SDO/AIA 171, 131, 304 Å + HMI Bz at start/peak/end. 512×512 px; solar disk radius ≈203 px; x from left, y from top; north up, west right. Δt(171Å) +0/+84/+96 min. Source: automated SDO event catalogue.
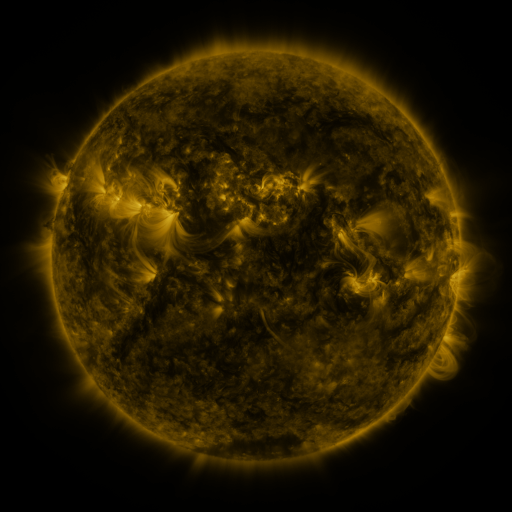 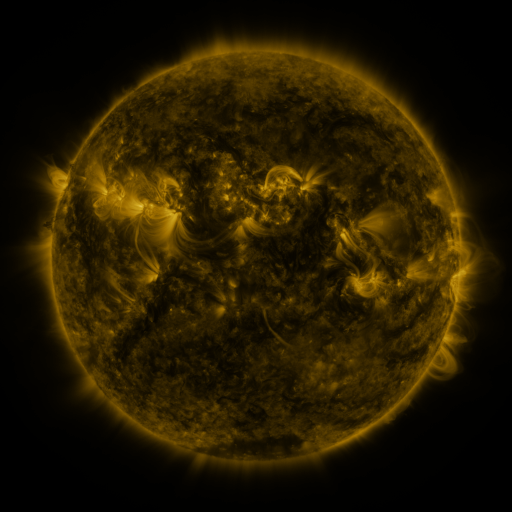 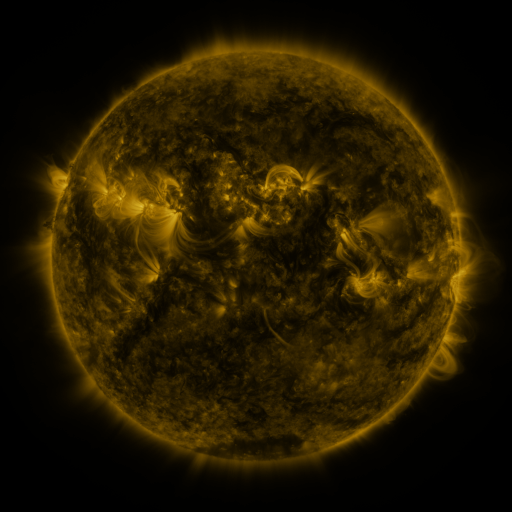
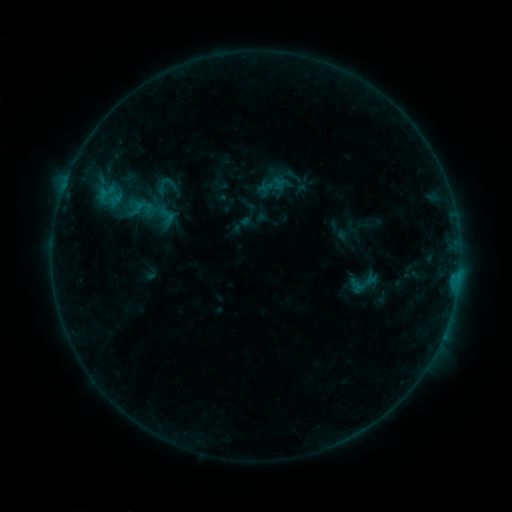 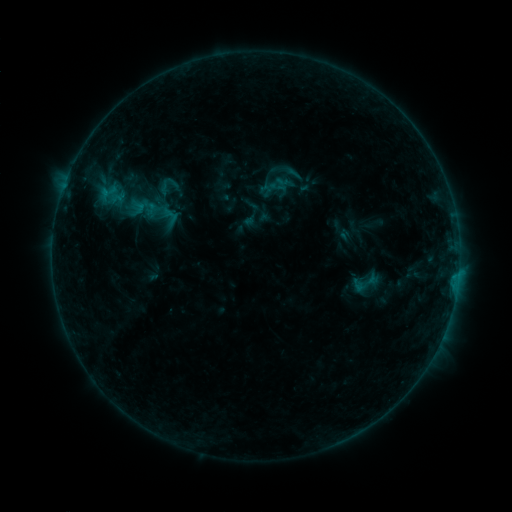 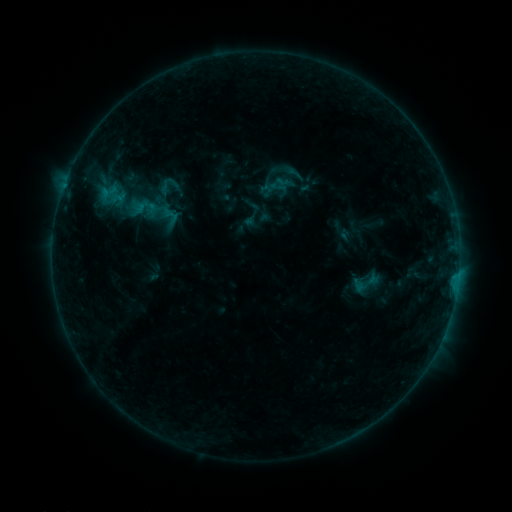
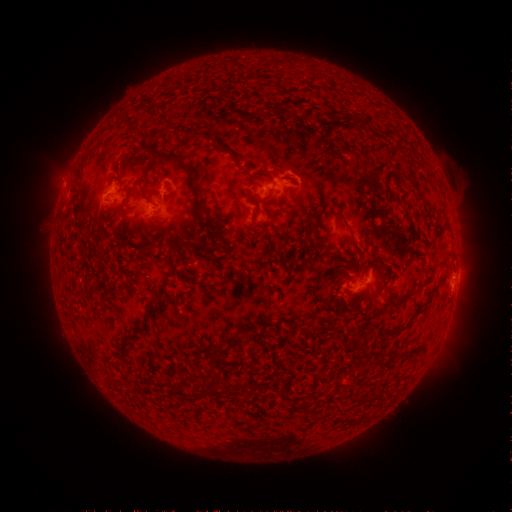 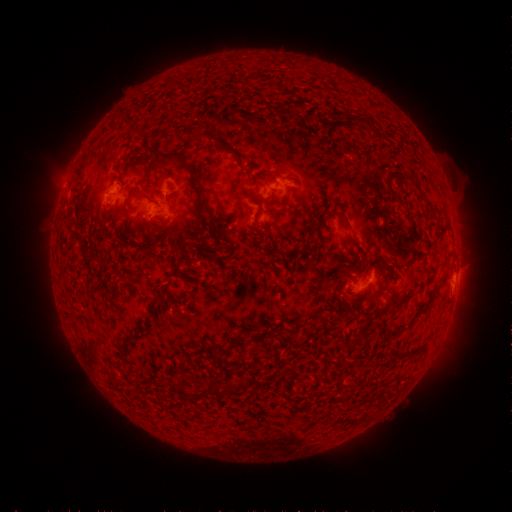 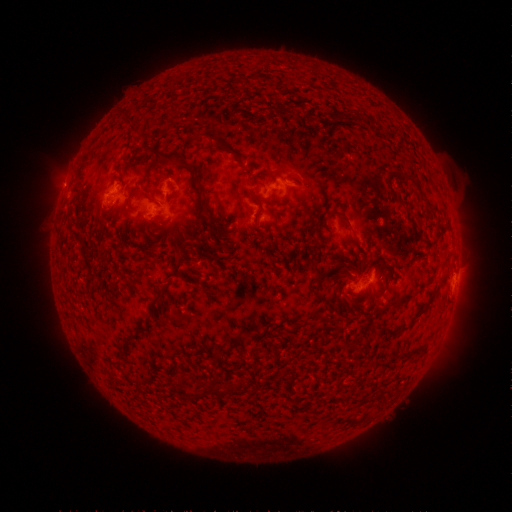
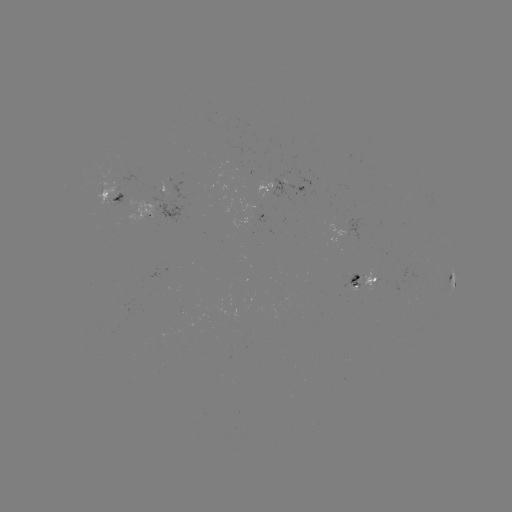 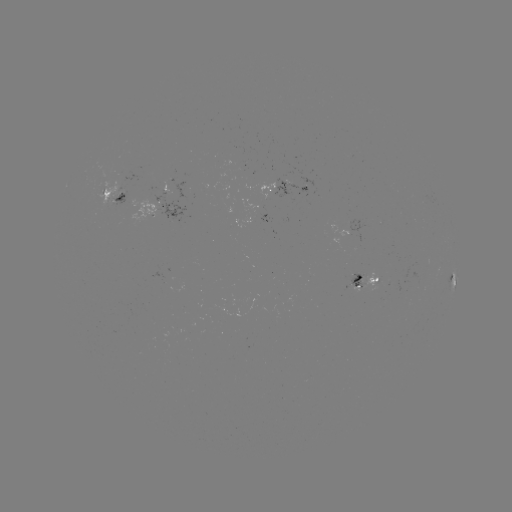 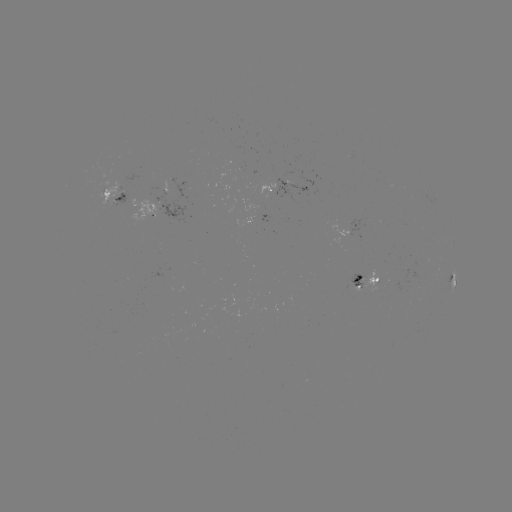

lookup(emerging-flux region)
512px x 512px (353, 287)